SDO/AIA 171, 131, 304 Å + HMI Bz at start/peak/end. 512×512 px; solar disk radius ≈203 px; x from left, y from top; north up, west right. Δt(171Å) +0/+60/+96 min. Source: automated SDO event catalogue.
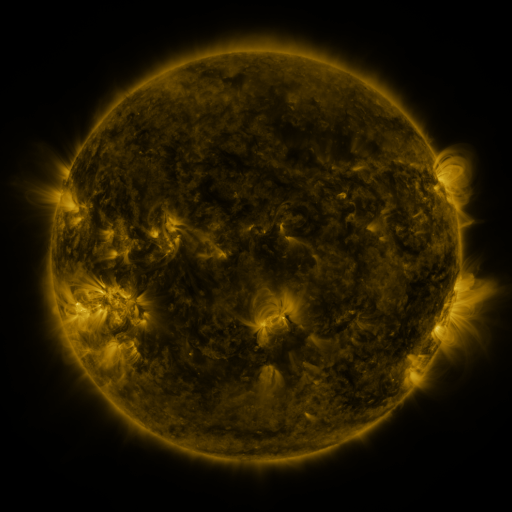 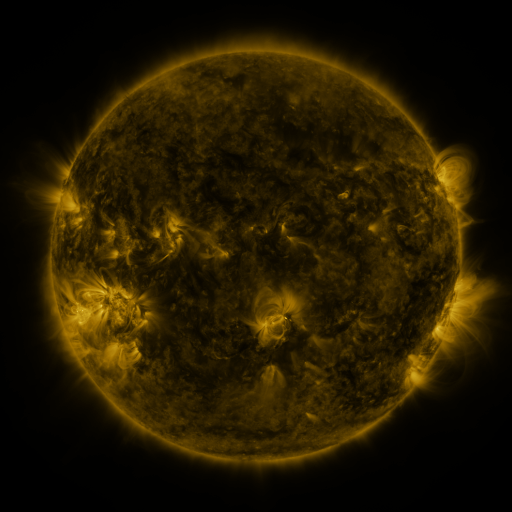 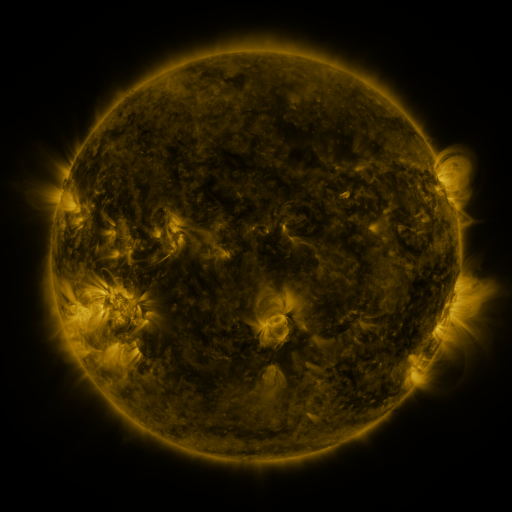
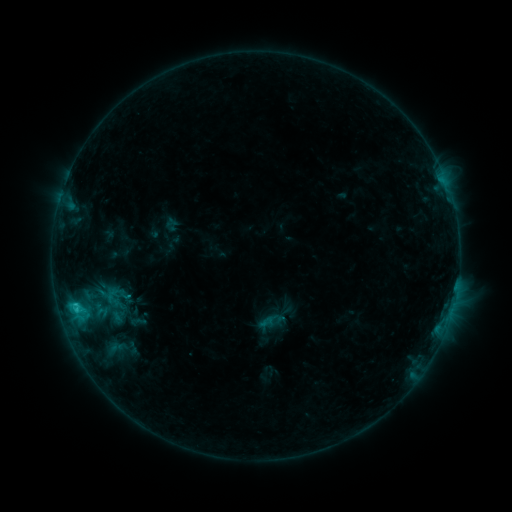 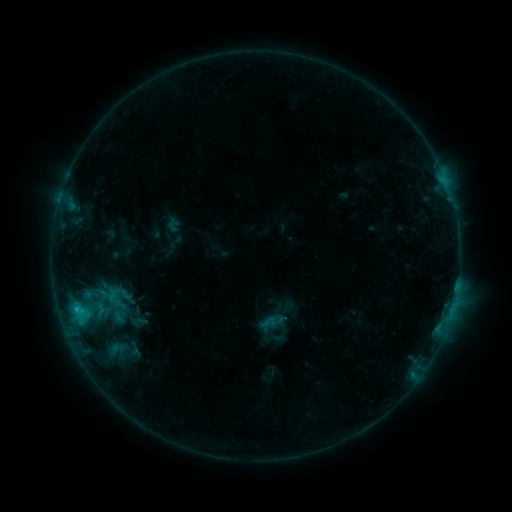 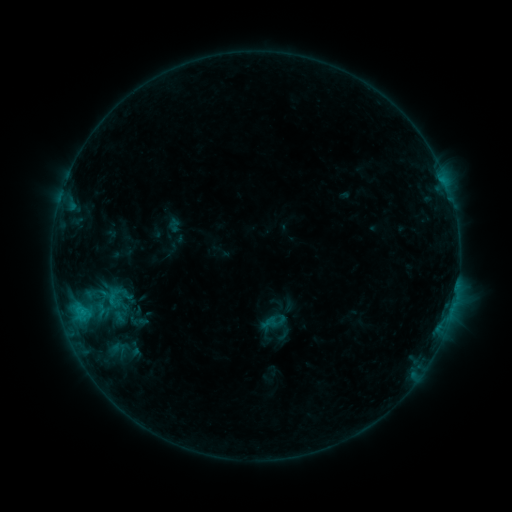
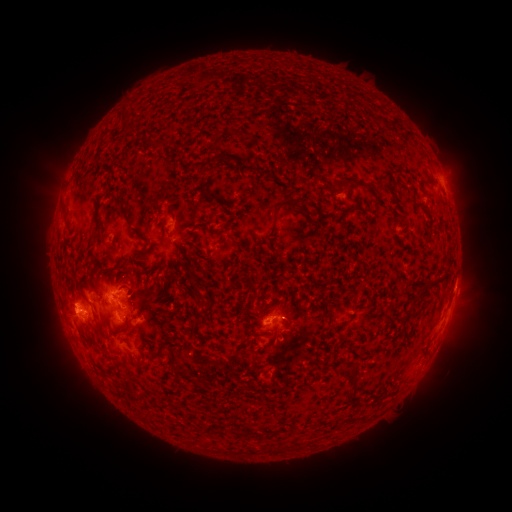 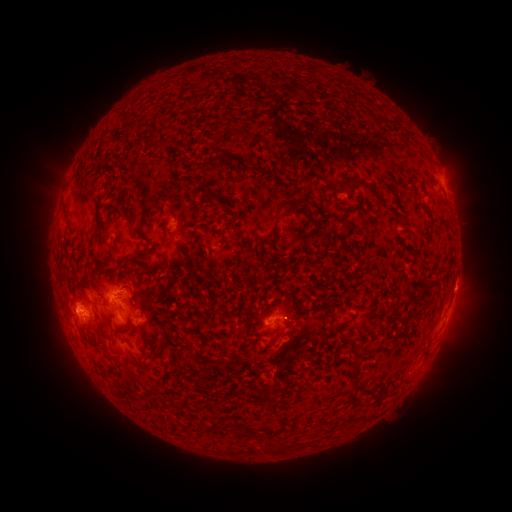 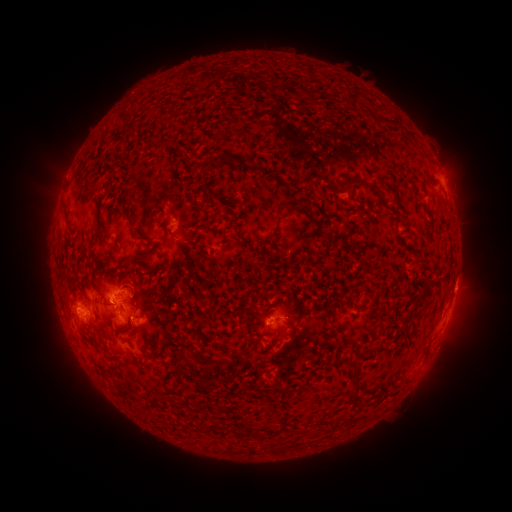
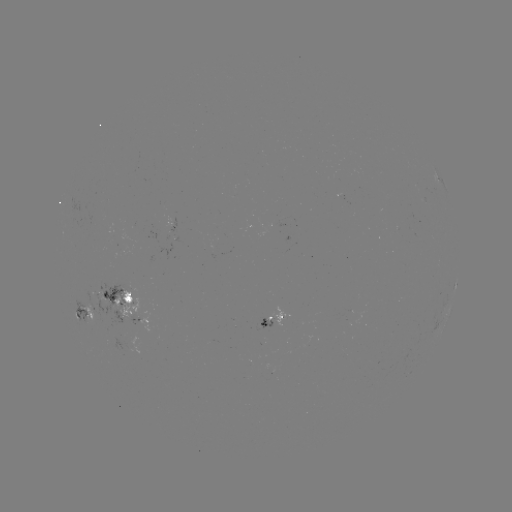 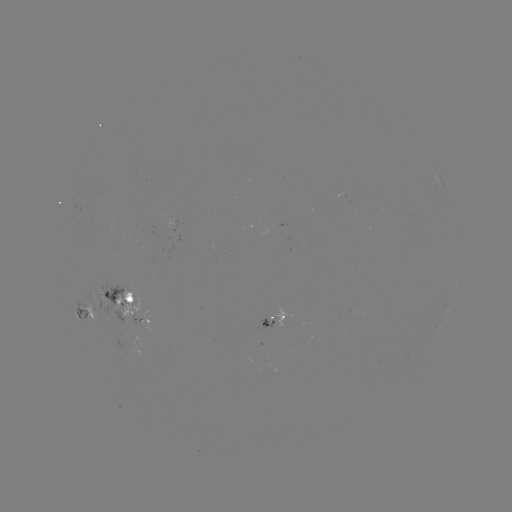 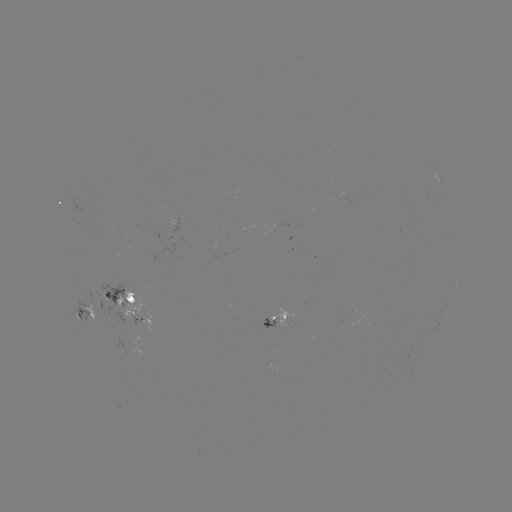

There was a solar emerging-flux region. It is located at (347, 318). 